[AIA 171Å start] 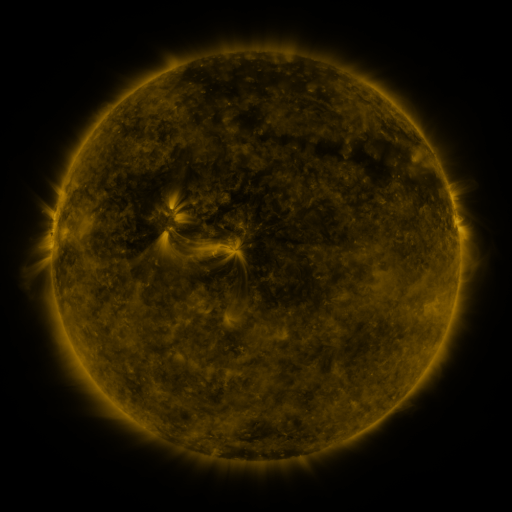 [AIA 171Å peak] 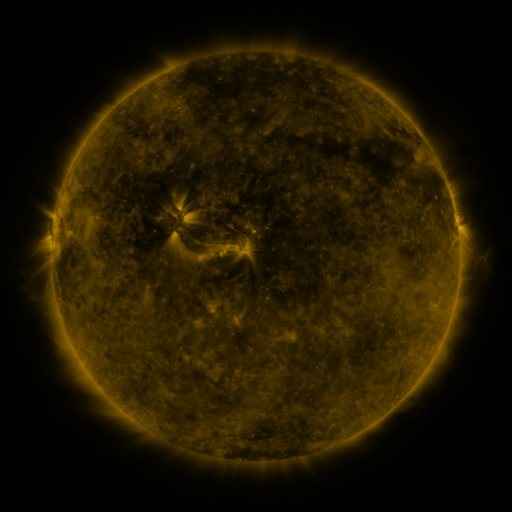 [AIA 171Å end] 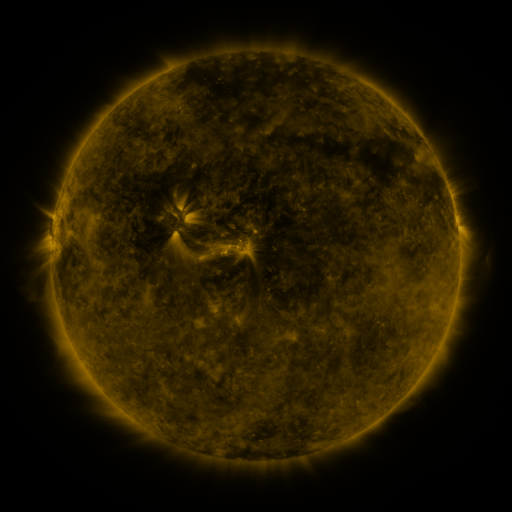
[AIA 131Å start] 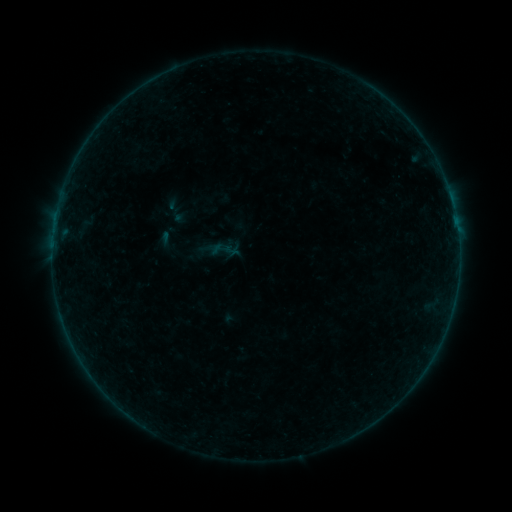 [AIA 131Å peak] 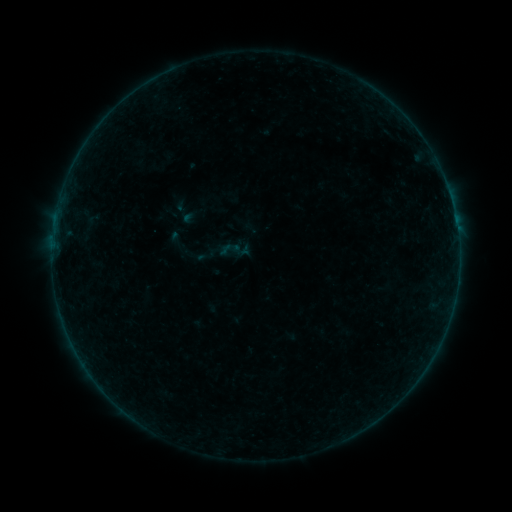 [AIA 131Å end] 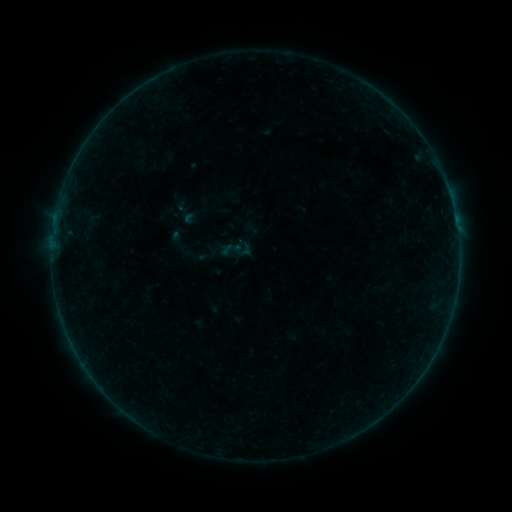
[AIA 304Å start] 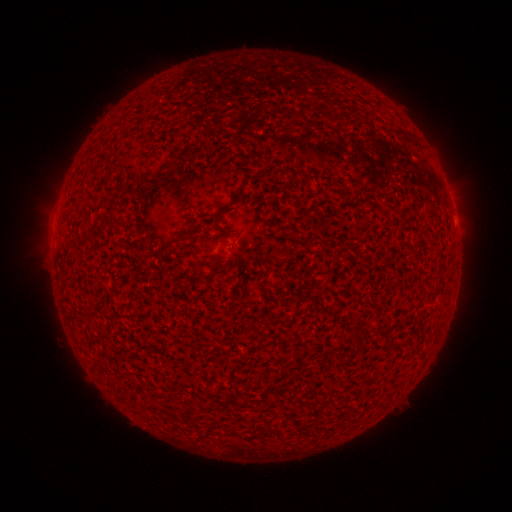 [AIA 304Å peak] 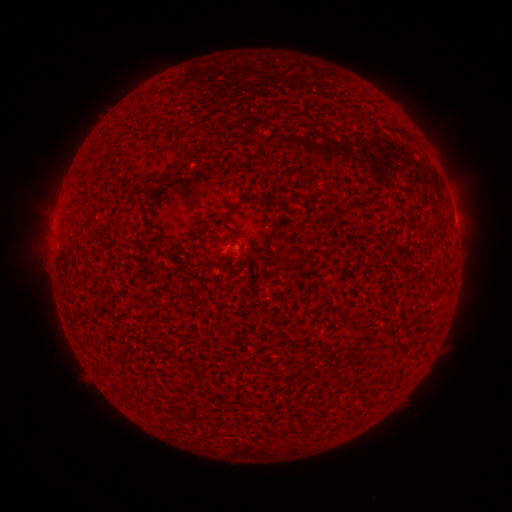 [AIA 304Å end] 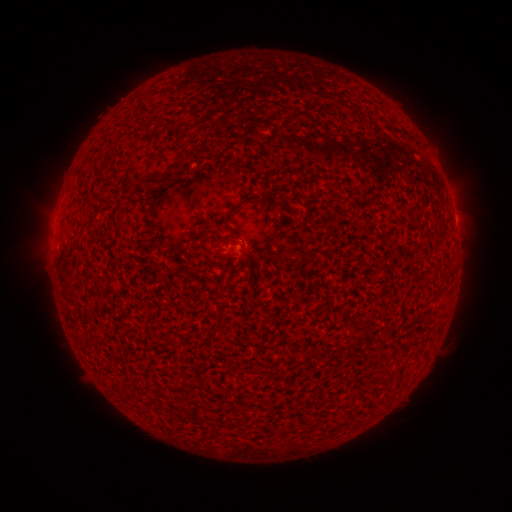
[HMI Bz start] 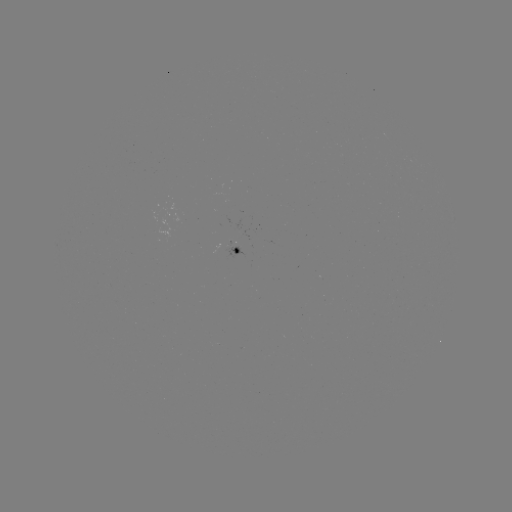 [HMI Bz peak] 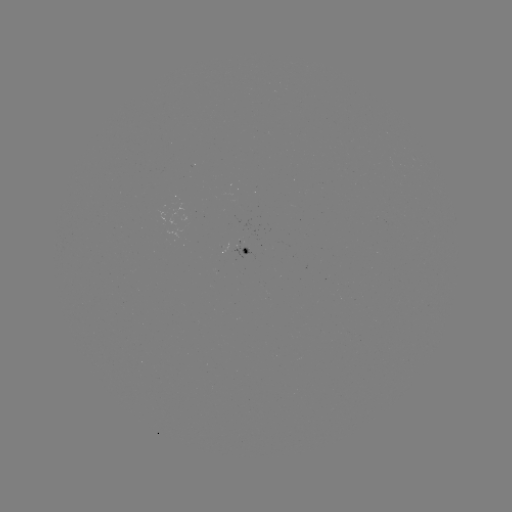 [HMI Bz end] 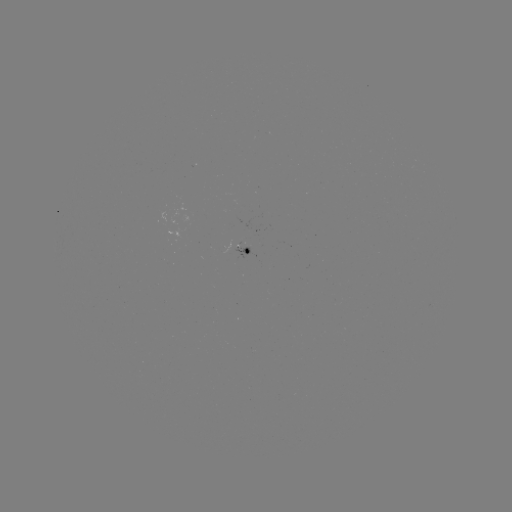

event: emerging-flux region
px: (240, 249)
